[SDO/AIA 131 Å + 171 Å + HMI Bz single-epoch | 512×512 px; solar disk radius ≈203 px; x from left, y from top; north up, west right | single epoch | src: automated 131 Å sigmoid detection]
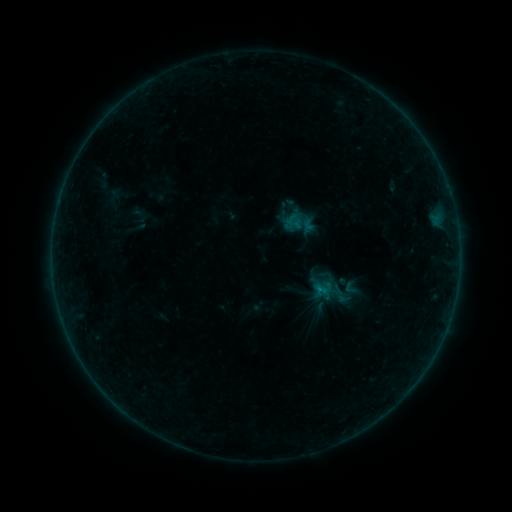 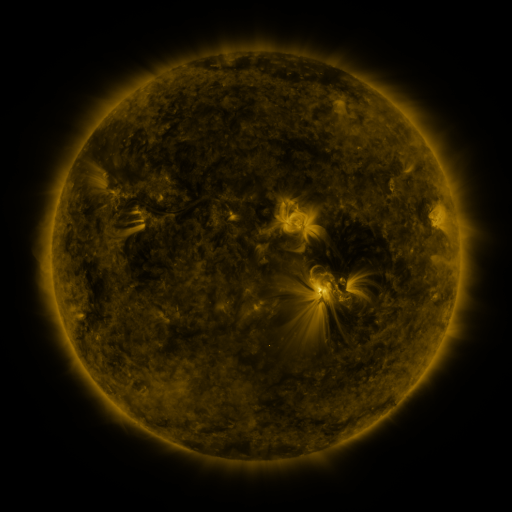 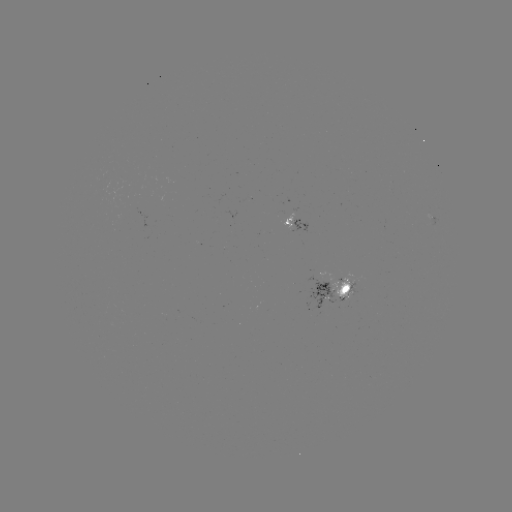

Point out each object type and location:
sigmoid: (351, 288)
